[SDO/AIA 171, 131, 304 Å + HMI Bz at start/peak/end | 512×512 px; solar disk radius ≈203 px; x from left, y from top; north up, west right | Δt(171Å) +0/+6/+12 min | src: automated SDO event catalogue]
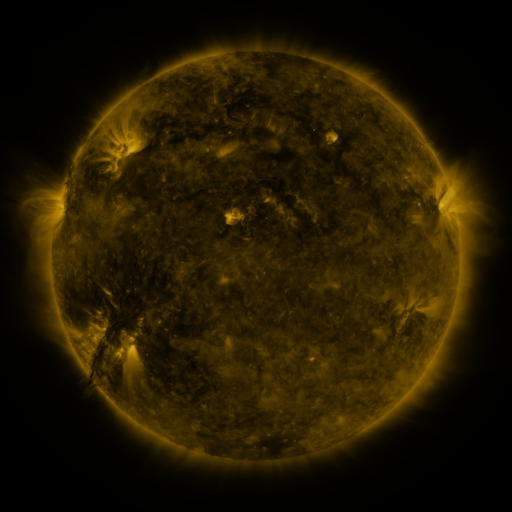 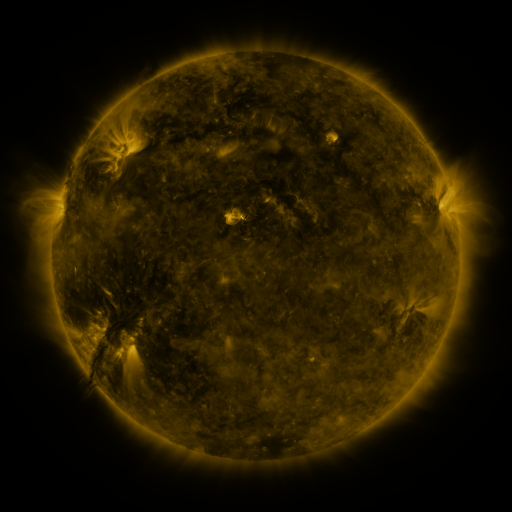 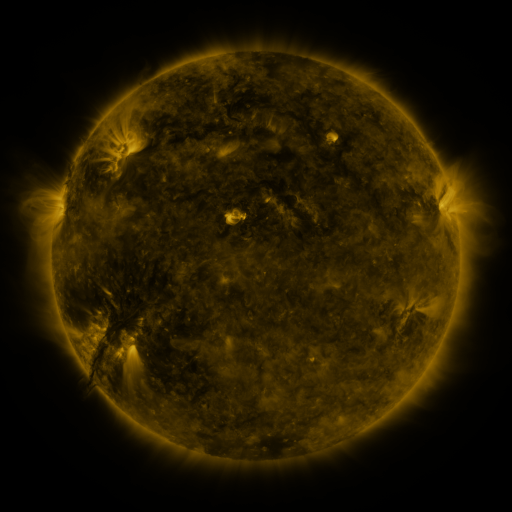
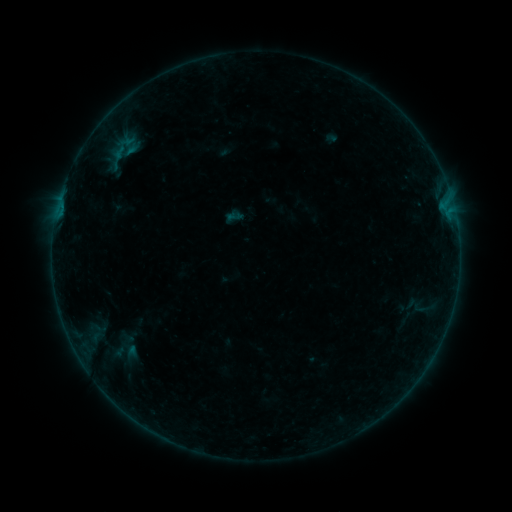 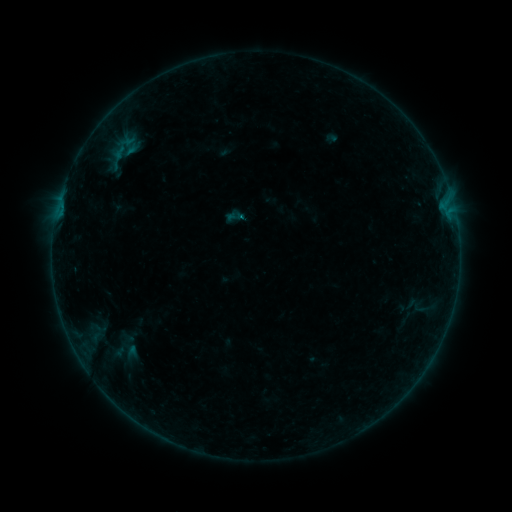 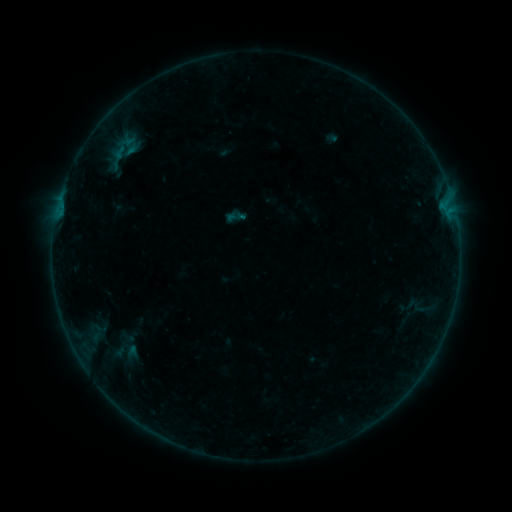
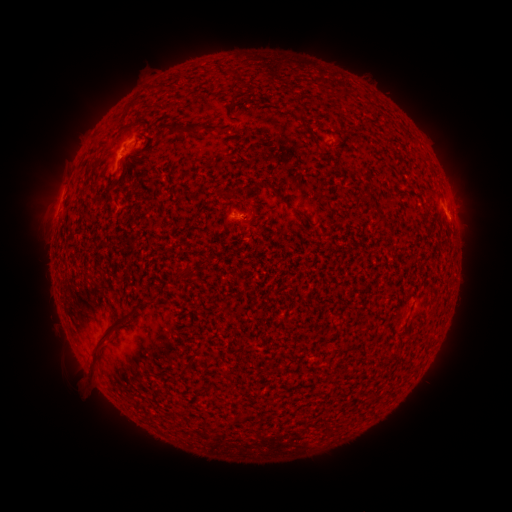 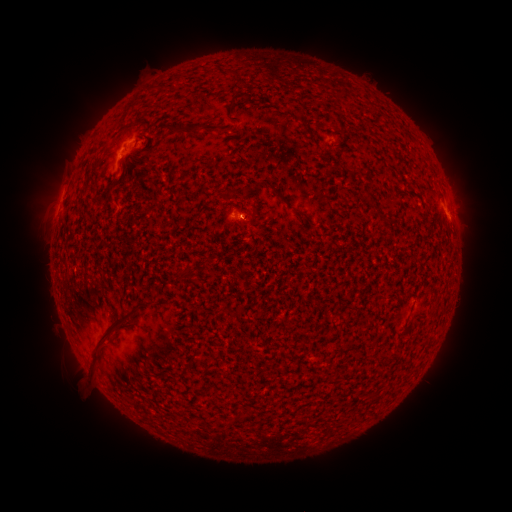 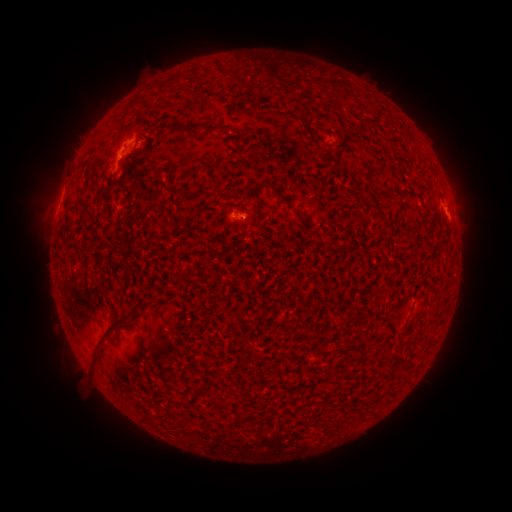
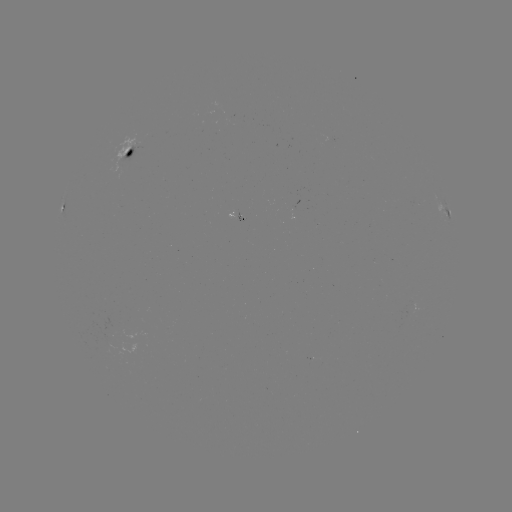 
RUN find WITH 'B1.9 flare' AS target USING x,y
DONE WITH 242,218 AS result